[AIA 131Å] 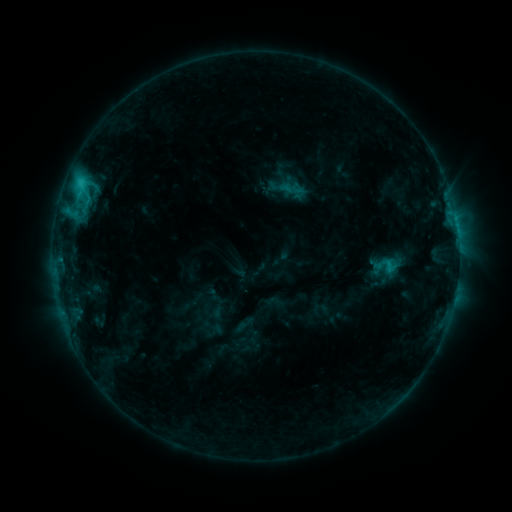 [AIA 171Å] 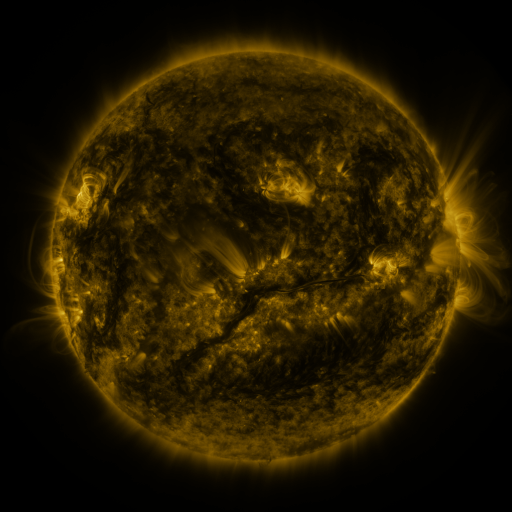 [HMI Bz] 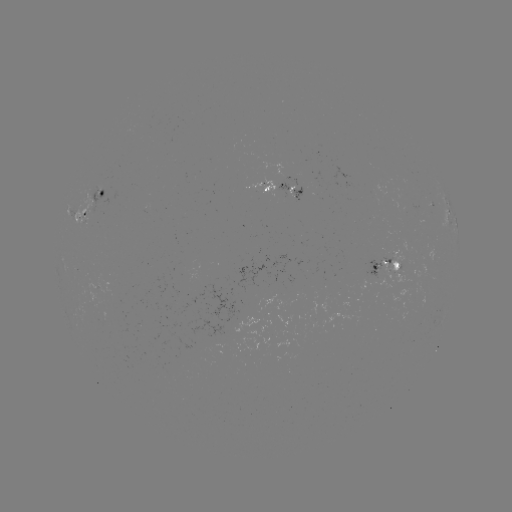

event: sigmoid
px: (388, 266)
